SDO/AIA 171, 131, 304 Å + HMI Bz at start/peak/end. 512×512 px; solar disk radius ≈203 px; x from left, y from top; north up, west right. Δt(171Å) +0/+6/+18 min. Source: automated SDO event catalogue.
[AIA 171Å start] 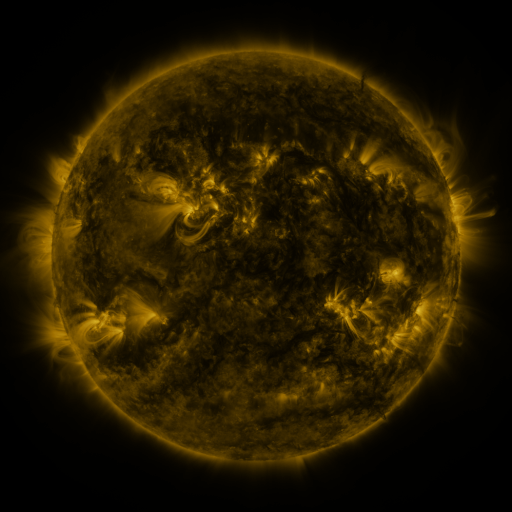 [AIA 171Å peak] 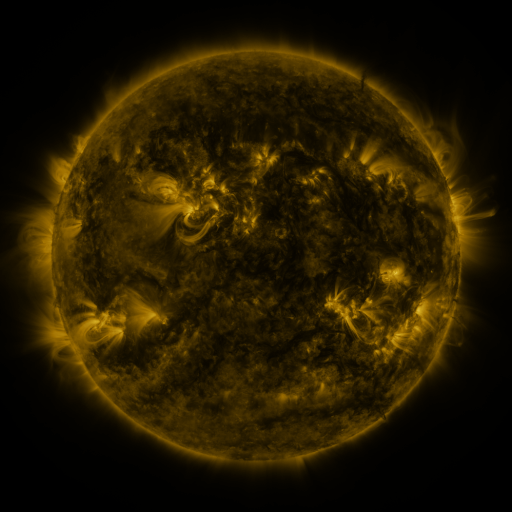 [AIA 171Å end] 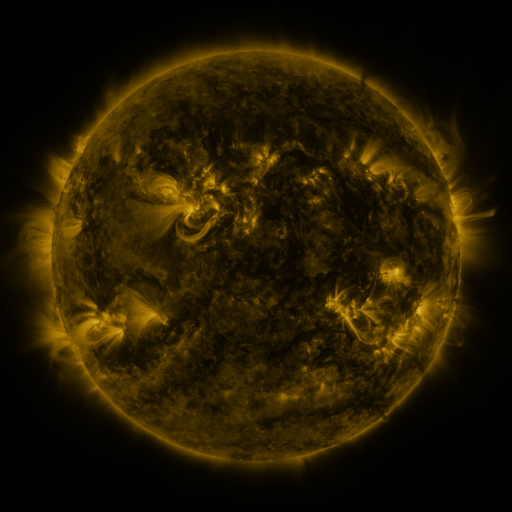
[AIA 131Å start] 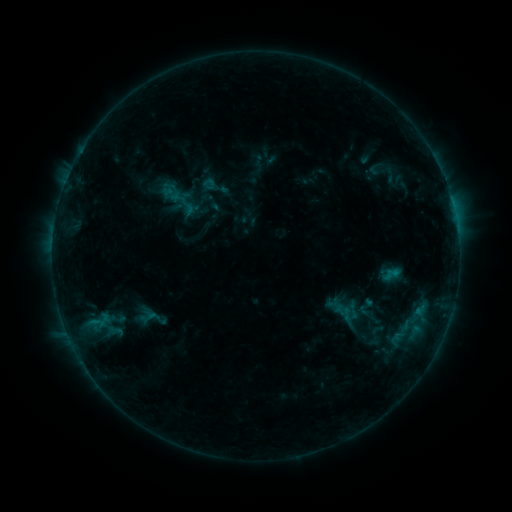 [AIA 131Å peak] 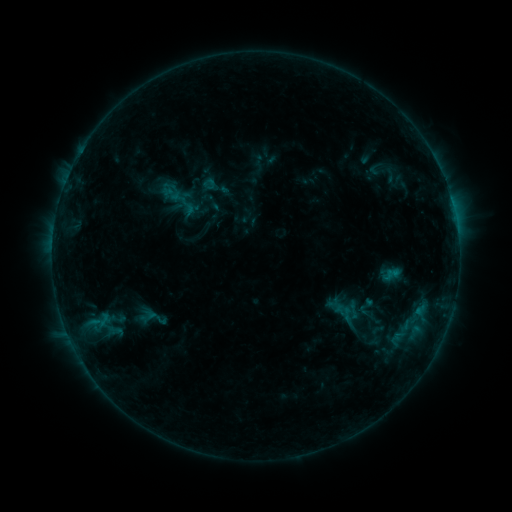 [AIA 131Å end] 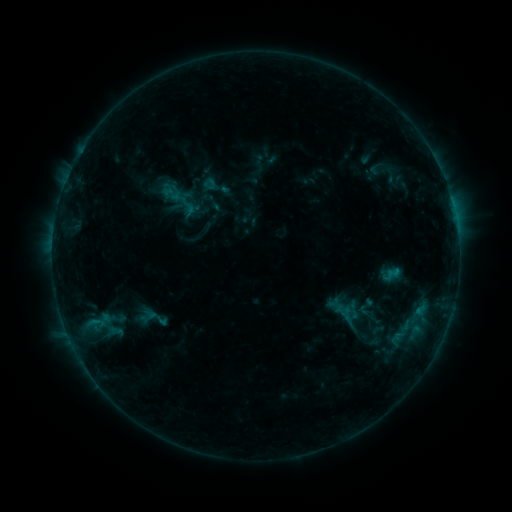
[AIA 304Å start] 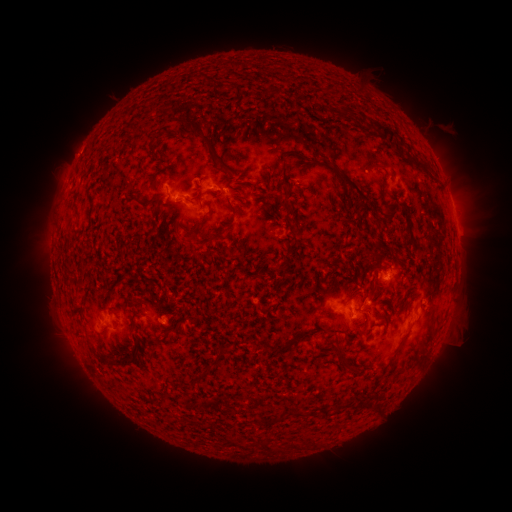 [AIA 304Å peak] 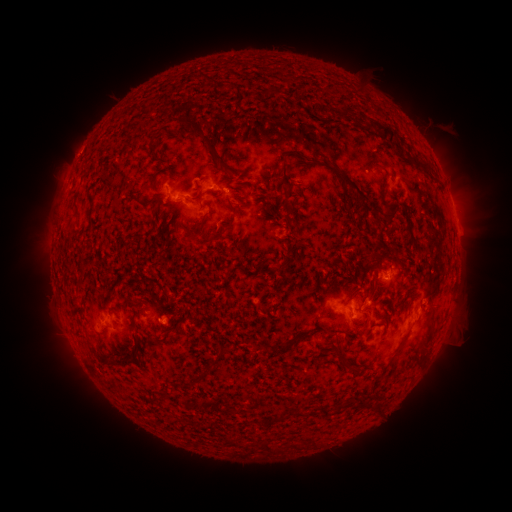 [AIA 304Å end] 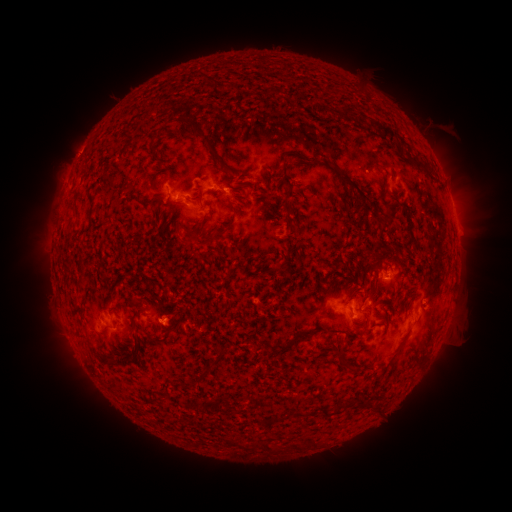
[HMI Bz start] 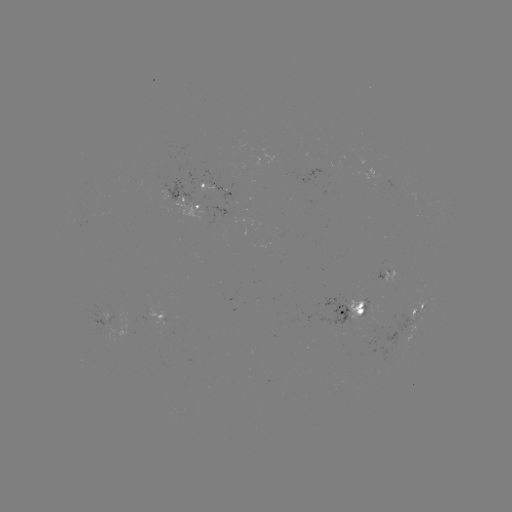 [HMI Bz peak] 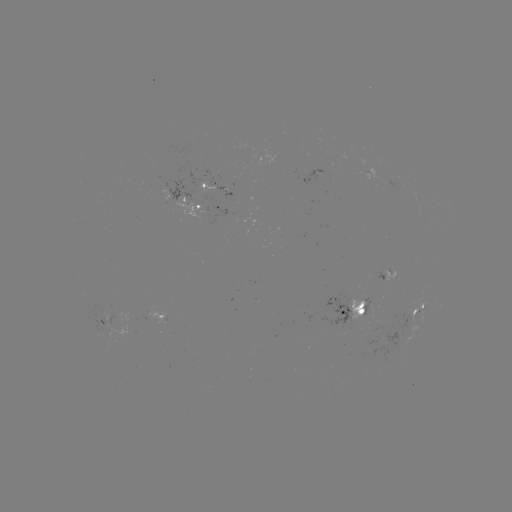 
no catalogued flare and no flagged EUV brightening in this window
